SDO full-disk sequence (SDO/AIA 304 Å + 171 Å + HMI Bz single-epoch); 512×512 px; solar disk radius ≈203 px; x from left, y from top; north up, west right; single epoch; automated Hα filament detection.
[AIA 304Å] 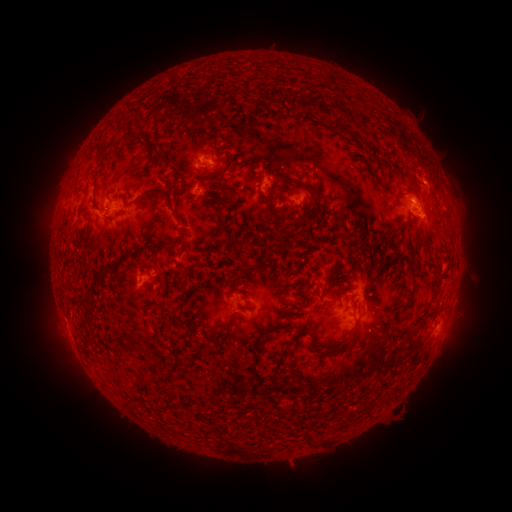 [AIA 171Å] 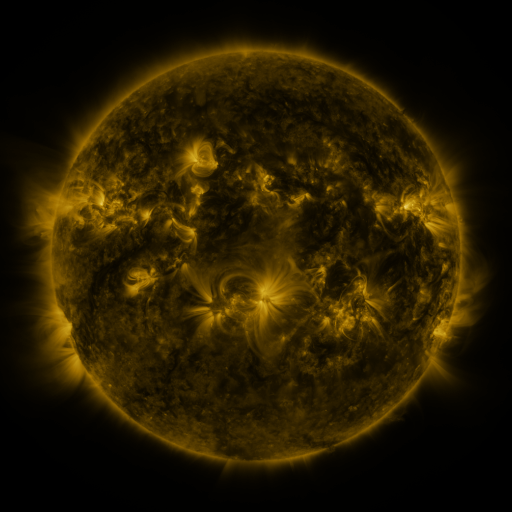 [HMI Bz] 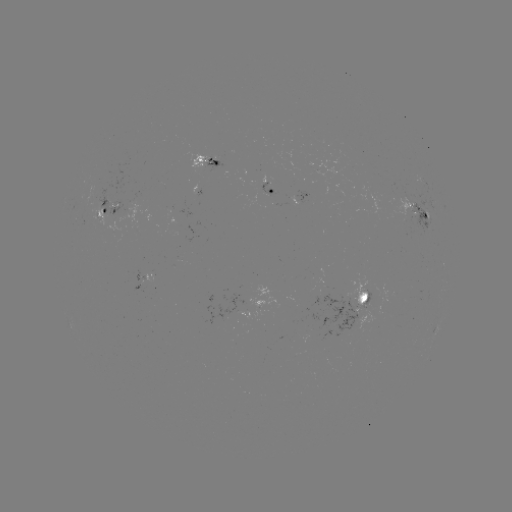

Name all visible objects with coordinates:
filament: [346, 129, 363, 140]
filament: [135, 133, 161, 156]
filament: [227, 154, 236, 170]
filament: [272, 173, 294, 184]
filament: [217, 174, 231, 197]
filament: [380, 185, 391, 194]
filament: [139, 186, 175, 211]
filament: [265, 188, 286, 225]
filament: [258, 189, 268, 201]
filament: [310, 198, 323, 218]
filament: [408, 260, 417, 282]
filament: [400, 287, 416, 313]
filament: [424, 308, 437, 320]
filament: [217, 313, 235, 332]
filament: [349, 315, 360, 334]
filament: [308, 340, 319, 354]
filament: [323, 341, 349, 358]
filament: [272, 347, 287, 375]
